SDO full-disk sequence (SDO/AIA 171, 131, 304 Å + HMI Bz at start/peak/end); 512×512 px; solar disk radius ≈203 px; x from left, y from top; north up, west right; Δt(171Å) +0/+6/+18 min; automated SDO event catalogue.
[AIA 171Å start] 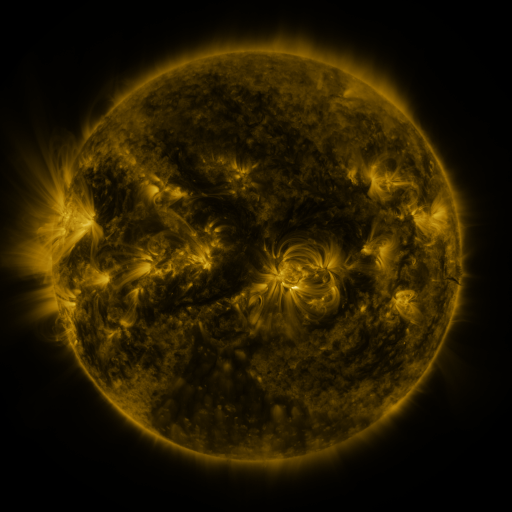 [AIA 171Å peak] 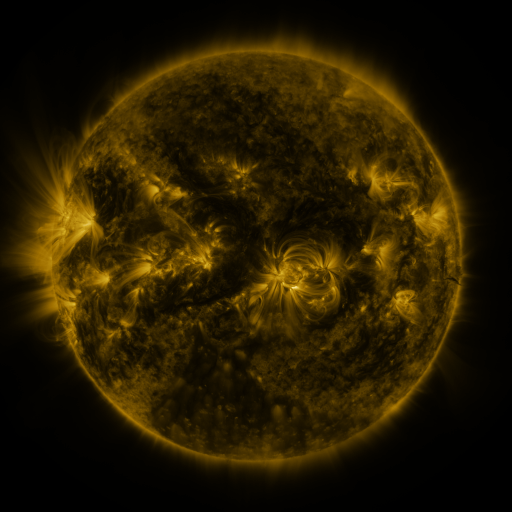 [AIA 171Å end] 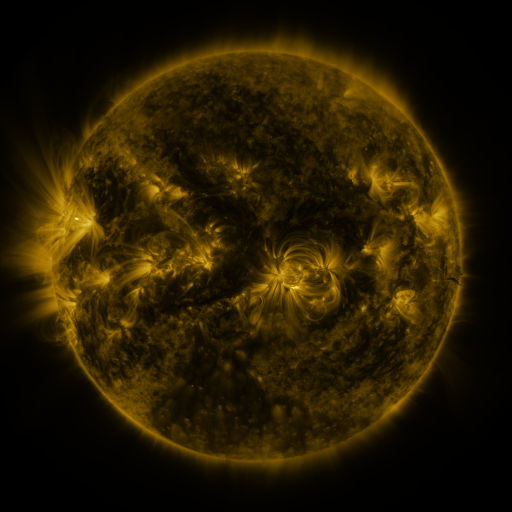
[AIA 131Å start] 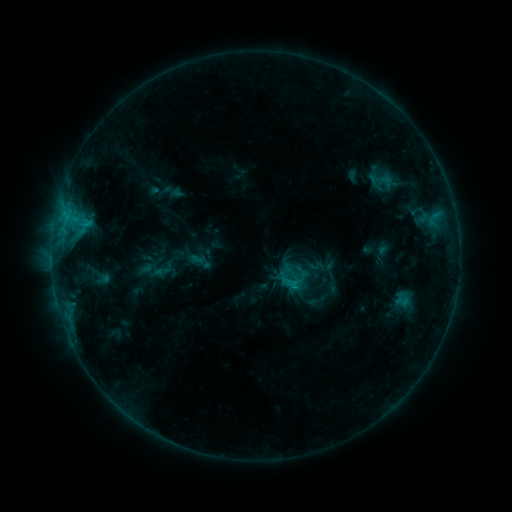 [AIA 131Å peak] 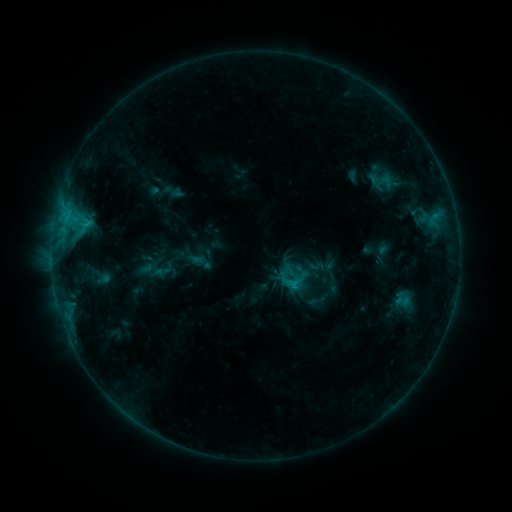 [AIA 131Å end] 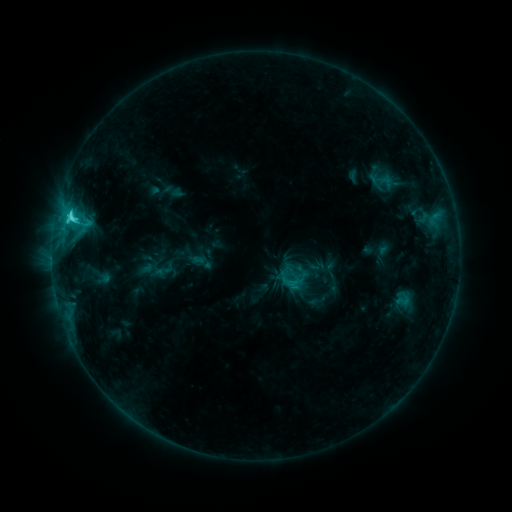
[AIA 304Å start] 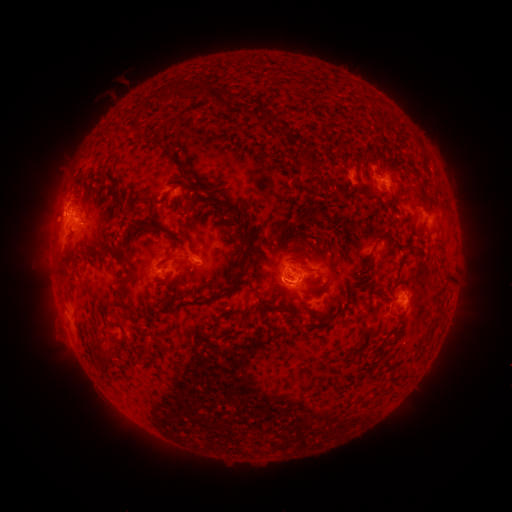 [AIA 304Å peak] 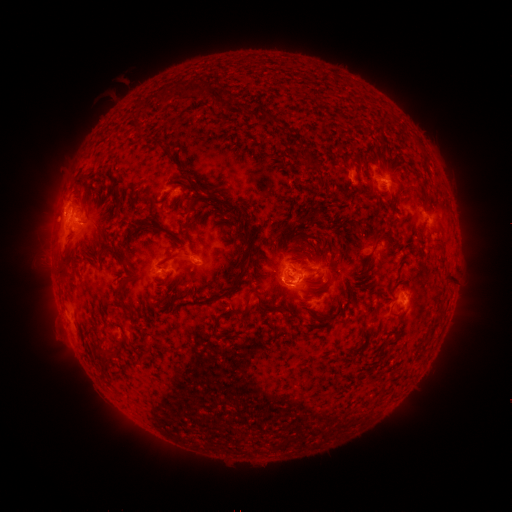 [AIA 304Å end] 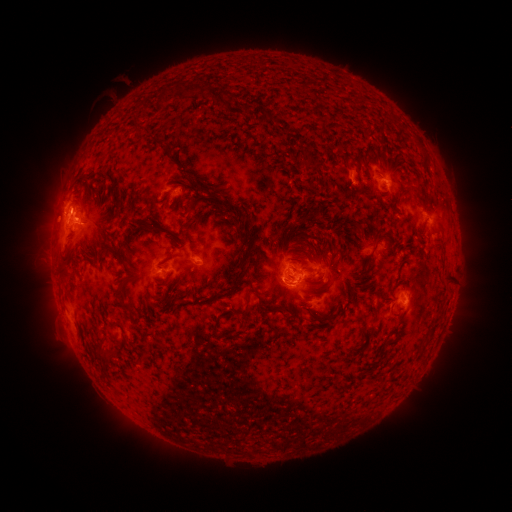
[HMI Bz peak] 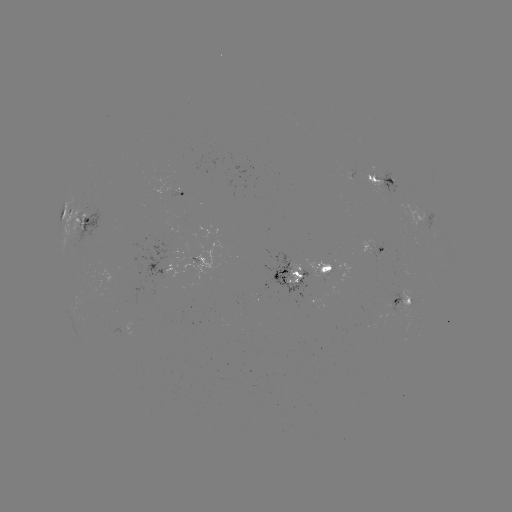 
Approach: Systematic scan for C5.0 flare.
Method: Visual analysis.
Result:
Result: C5.0 flare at (76, 218).